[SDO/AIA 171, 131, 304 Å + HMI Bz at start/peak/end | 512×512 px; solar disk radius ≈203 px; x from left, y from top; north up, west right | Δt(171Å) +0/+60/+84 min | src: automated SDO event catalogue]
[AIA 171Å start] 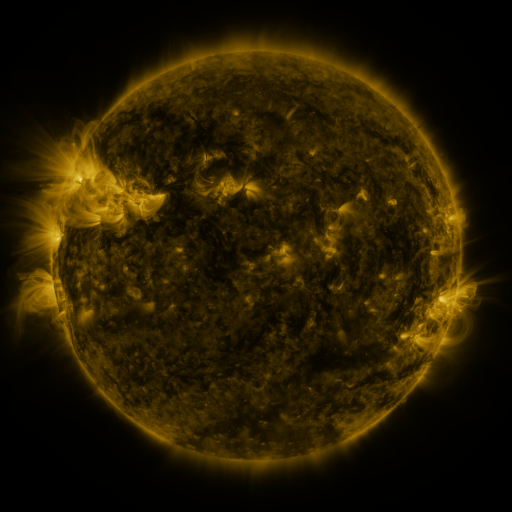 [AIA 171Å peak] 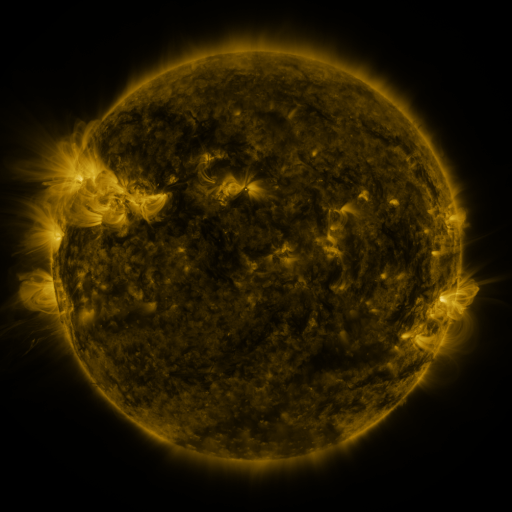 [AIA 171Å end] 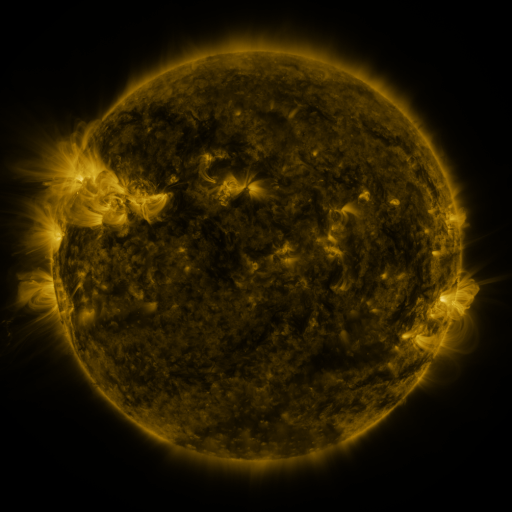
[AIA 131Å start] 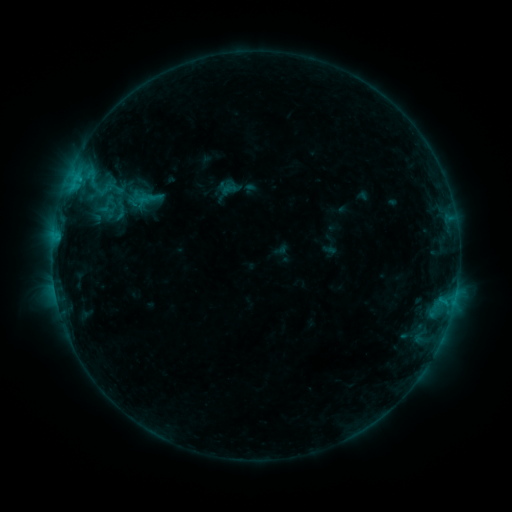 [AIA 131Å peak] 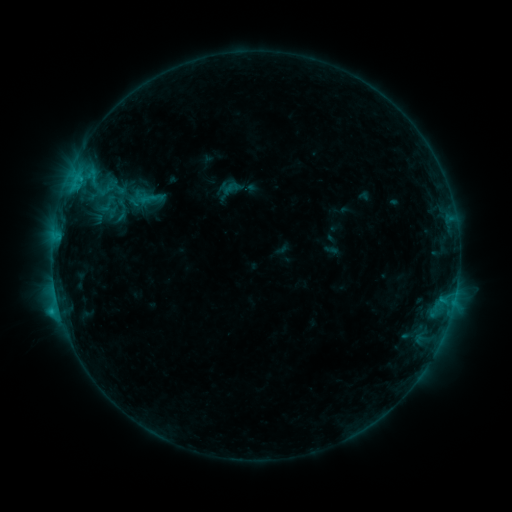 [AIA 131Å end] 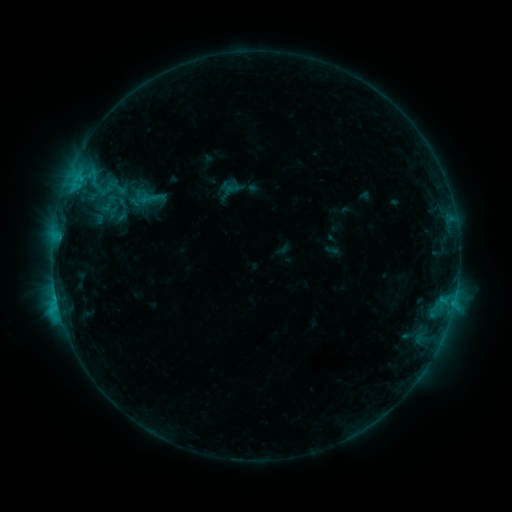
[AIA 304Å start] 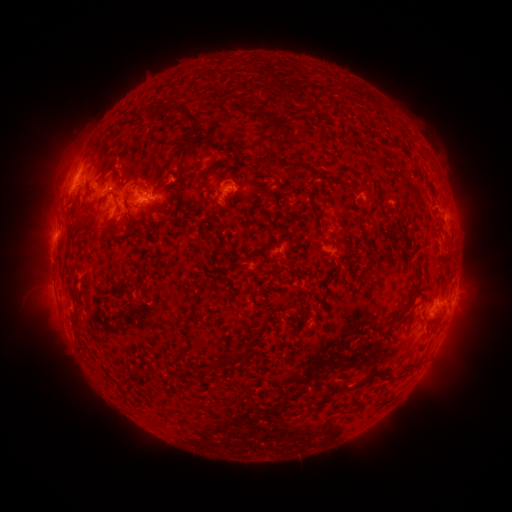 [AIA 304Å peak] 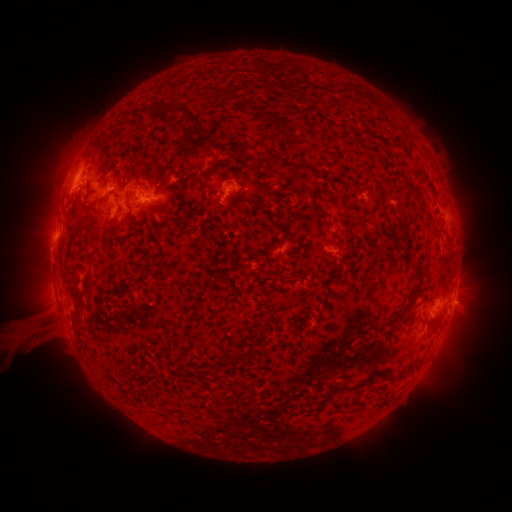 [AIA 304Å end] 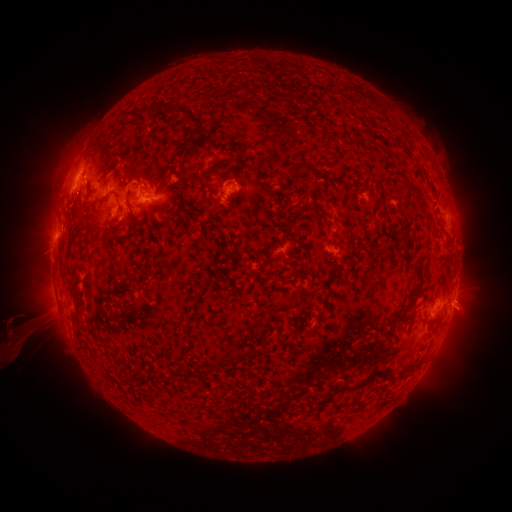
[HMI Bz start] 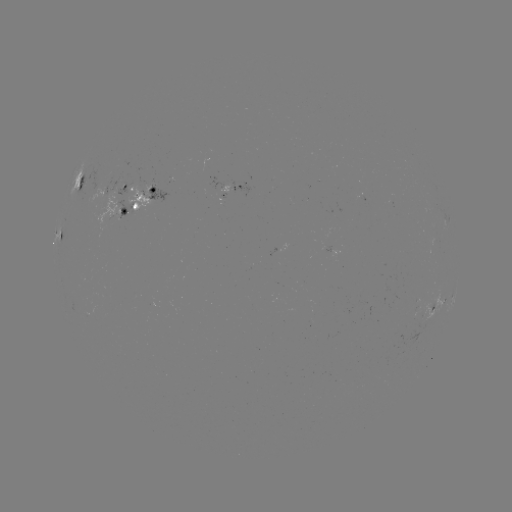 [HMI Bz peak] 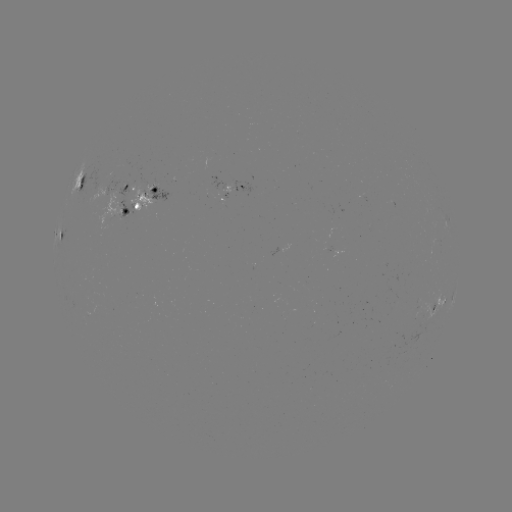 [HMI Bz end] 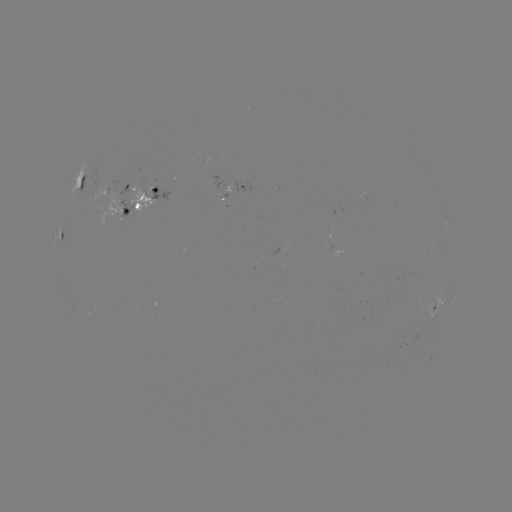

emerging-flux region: [415, 303, 421, 318]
